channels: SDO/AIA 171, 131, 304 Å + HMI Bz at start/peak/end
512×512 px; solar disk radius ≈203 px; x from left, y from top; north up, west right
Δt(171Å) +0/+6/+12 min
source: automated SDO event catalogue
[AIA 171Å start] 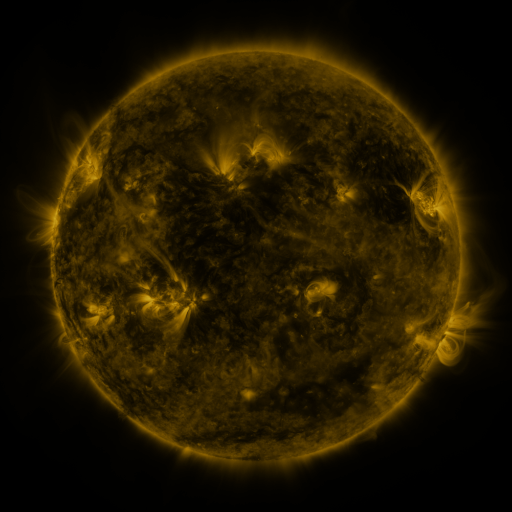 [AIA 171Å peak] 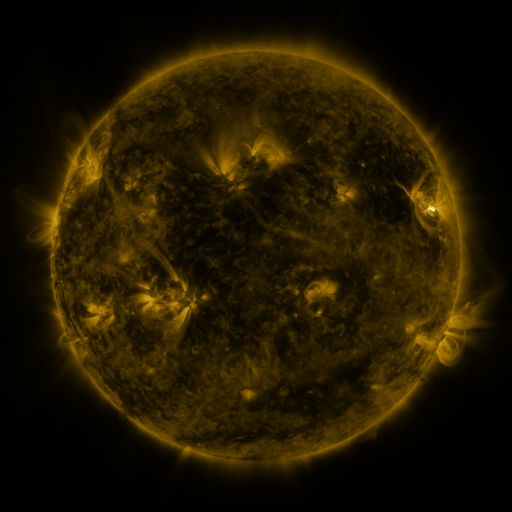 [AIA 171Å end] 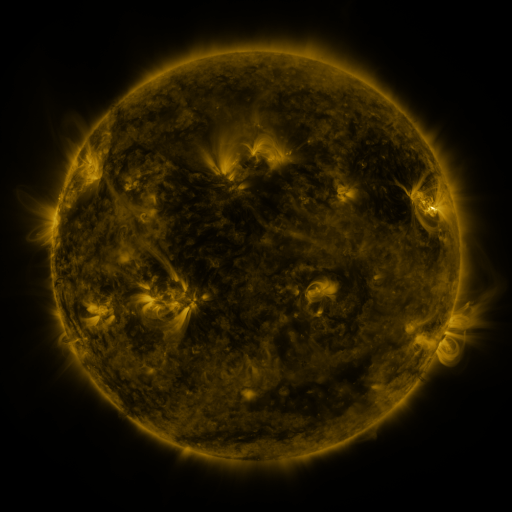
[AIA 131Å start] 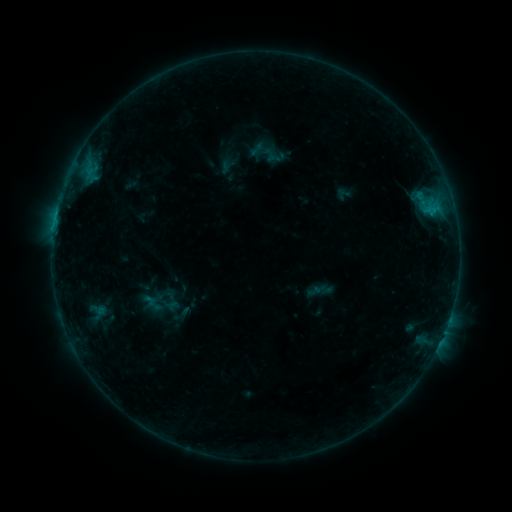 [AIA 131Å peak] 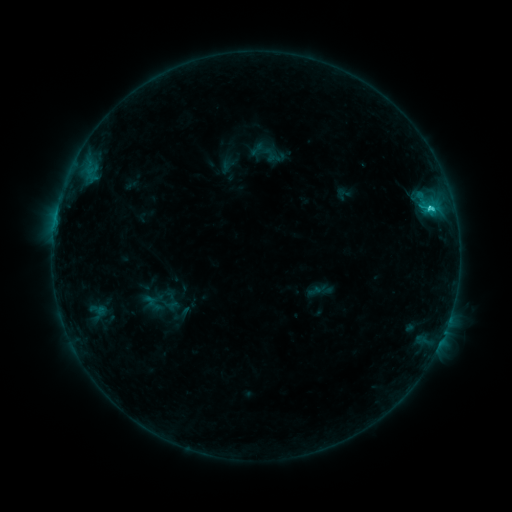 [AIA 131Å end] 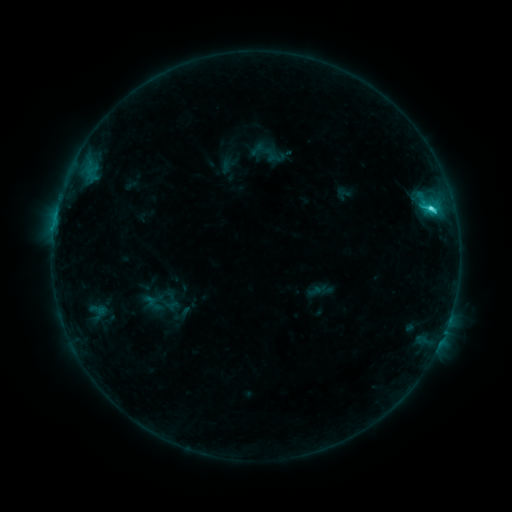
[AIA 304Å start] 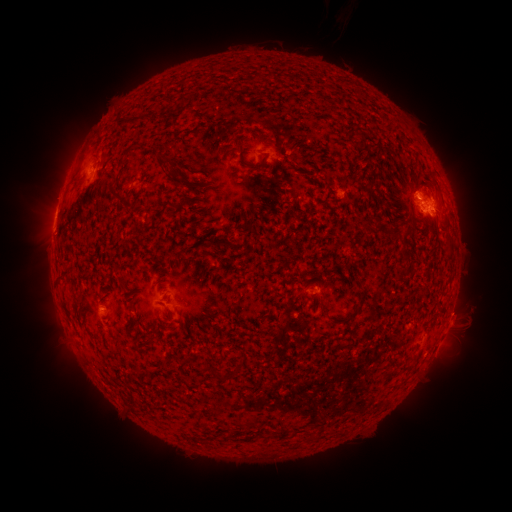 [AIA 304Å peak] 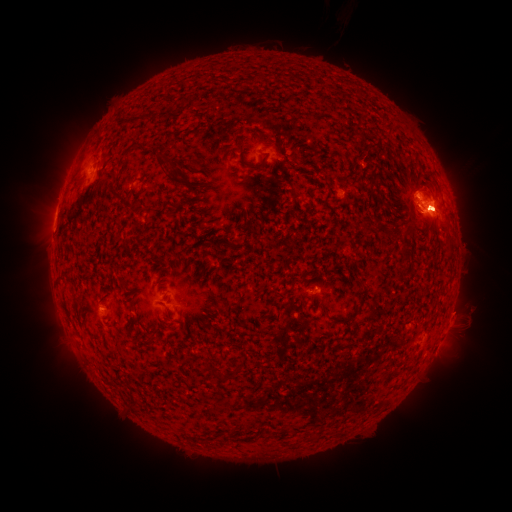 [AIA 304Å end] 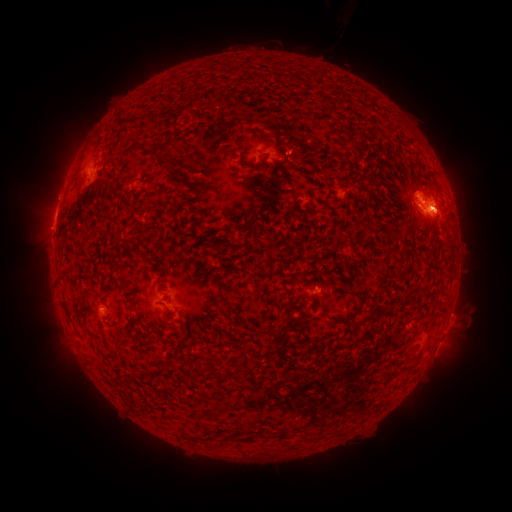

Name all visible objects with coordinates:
eruption: (402, 175)
